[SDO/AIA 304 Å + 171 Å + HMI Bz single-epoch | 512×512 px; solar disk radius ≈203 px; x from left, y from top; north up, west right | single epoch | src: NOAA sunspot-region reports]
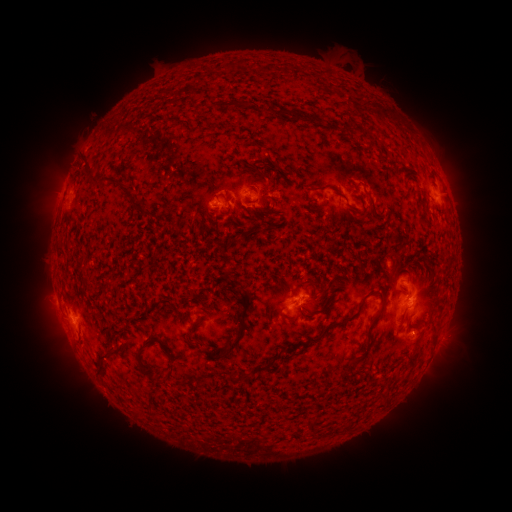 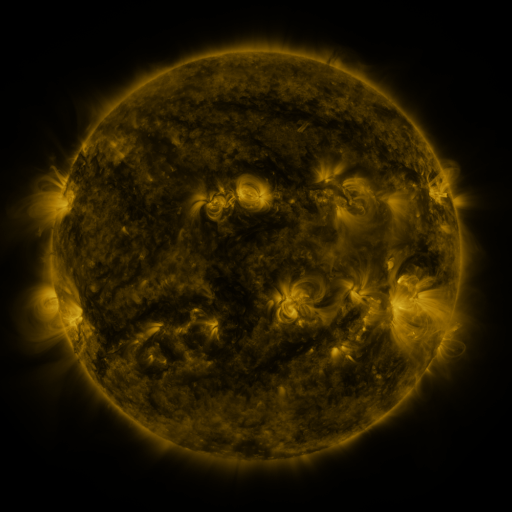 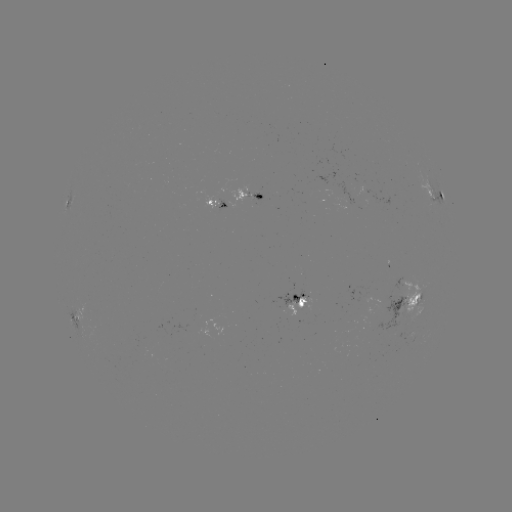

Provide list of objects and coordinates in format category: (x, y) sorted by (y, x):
spotted active region: (433, 193)
spotted active region: (252, 197)
spotted active region: (68, 201)
spotted active region: (214, 207)
spotted active region: (410, 302)
spotted active region: (296, 306)
spotted active region: (79, 322)
spotted active region: (439, 342)
